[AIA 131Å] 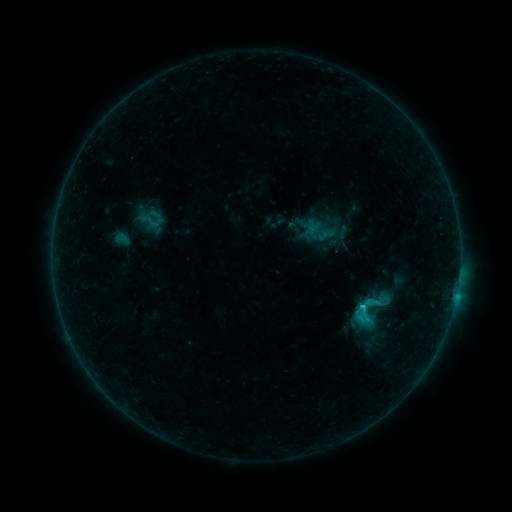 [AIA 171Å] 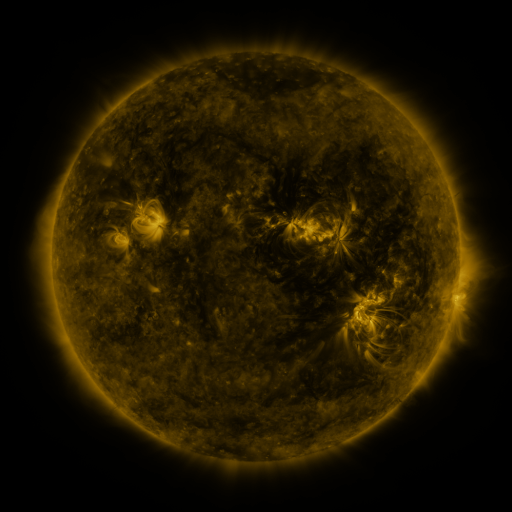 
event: sigmoid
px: (380, 302)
